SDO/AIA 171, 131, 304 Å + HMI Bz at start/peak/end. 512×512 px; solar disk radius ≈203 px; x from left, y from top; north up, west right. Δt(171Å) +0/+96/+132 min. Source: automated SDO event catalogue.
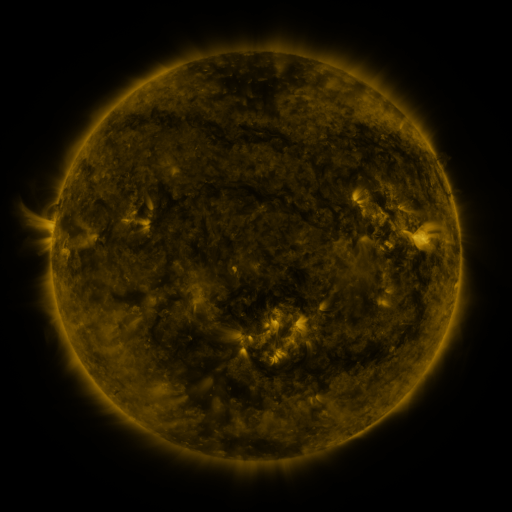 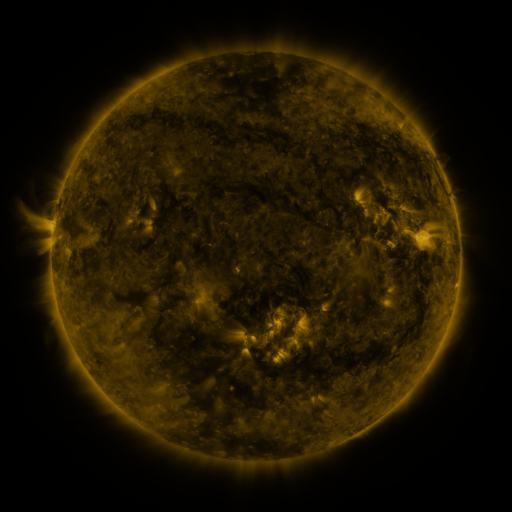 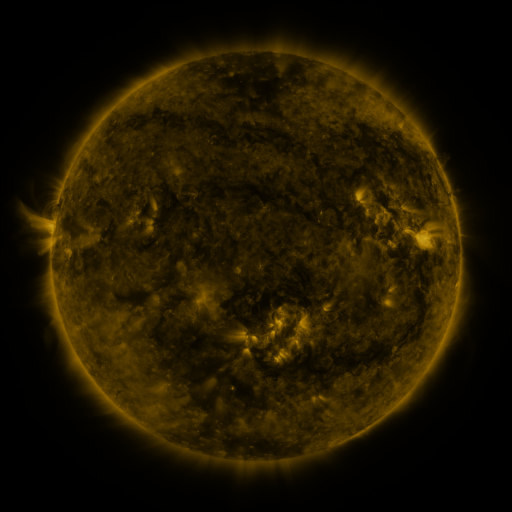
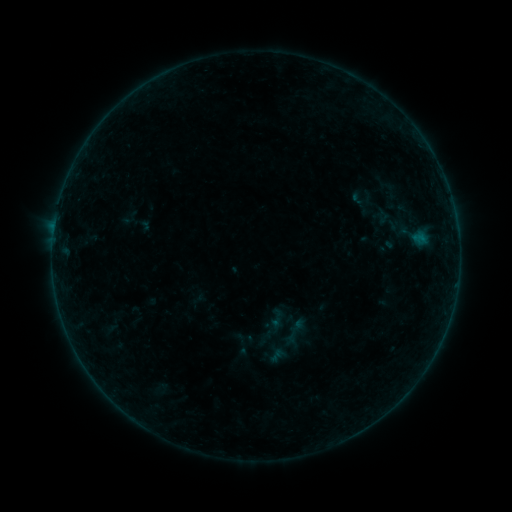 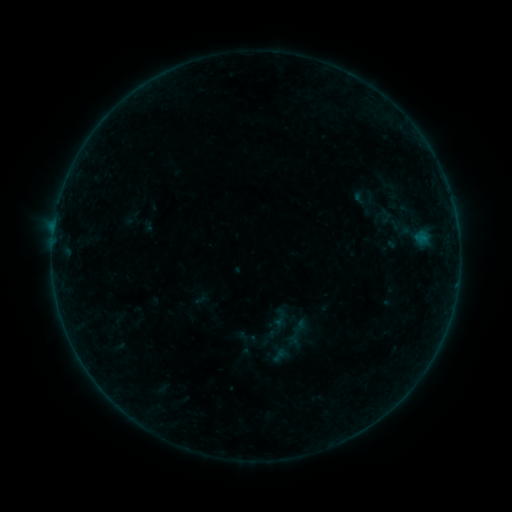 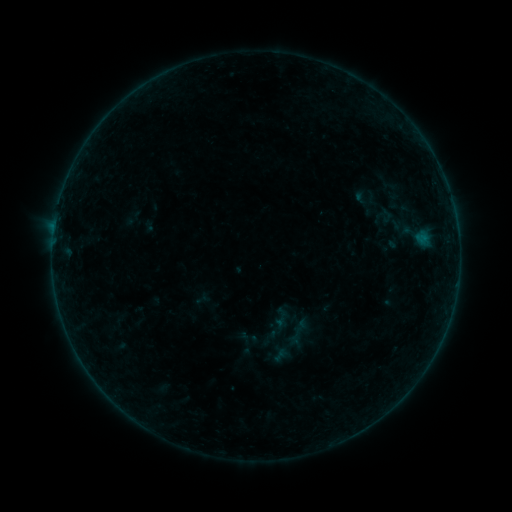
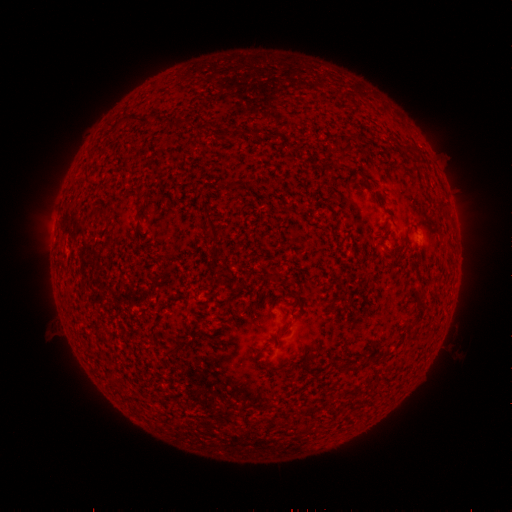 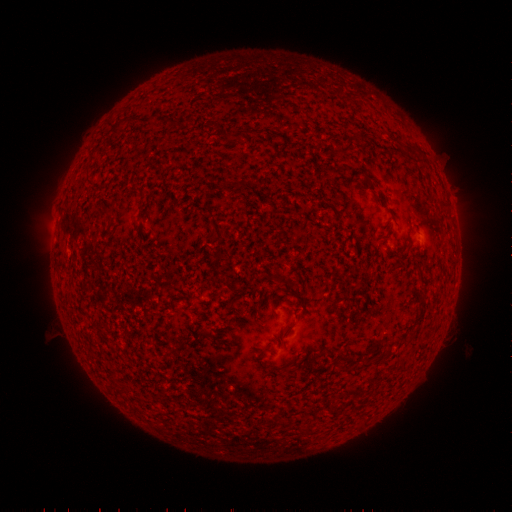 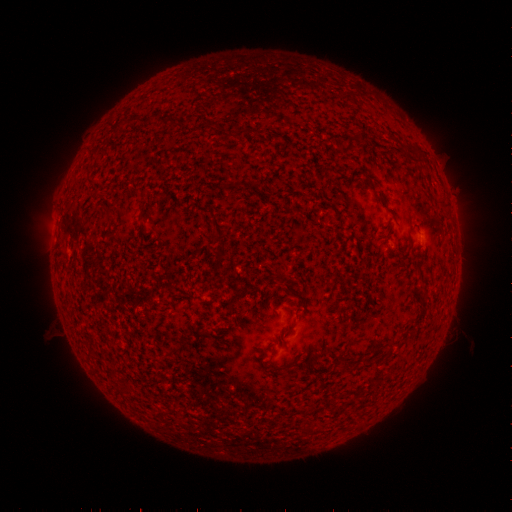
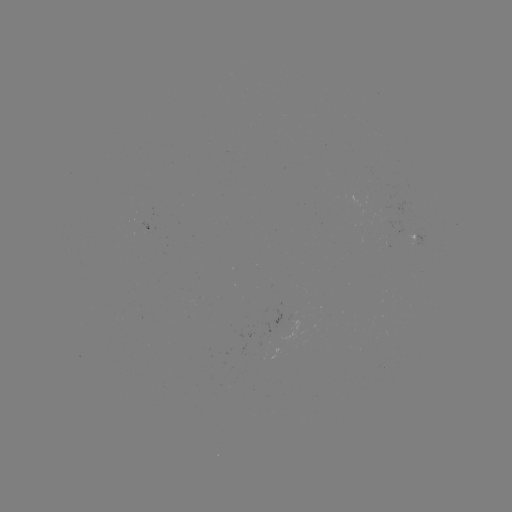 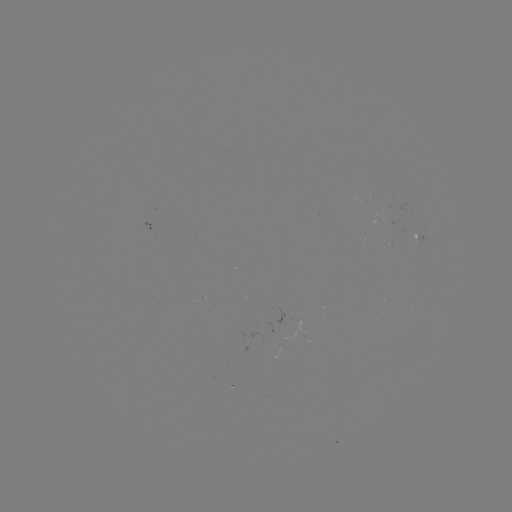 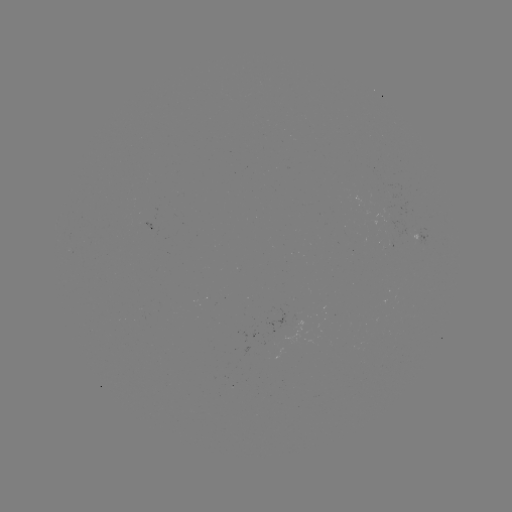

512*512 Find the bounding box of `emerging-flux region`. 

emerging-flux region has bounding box [191, 296, 202, 303].